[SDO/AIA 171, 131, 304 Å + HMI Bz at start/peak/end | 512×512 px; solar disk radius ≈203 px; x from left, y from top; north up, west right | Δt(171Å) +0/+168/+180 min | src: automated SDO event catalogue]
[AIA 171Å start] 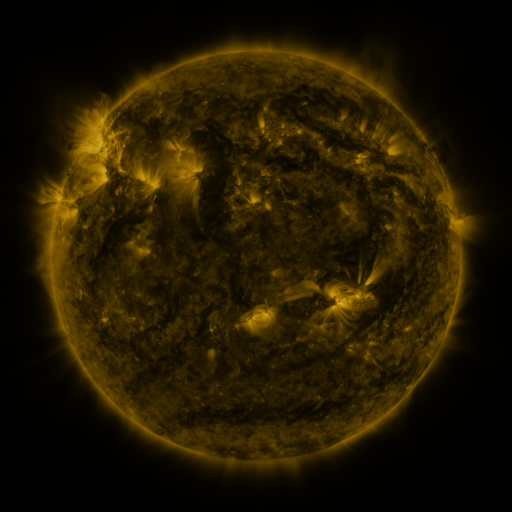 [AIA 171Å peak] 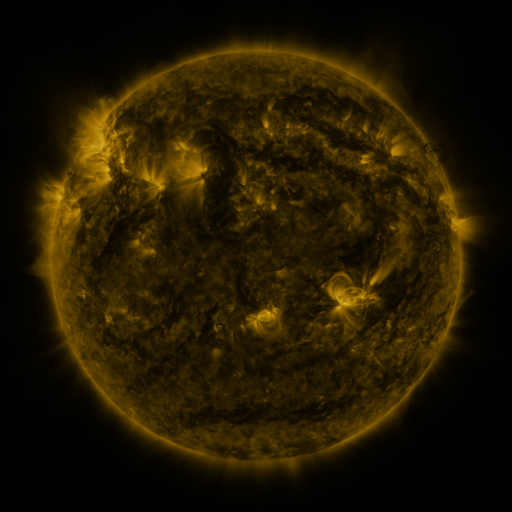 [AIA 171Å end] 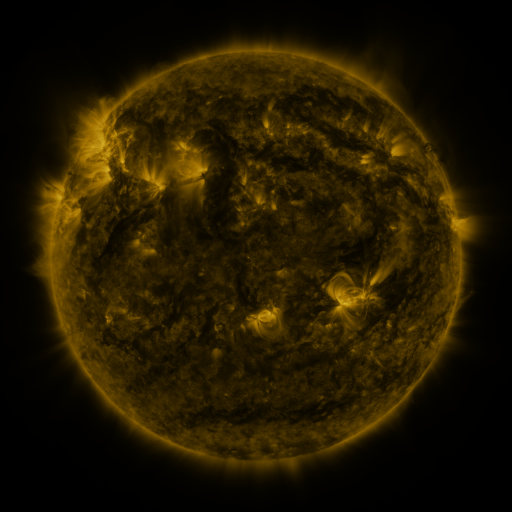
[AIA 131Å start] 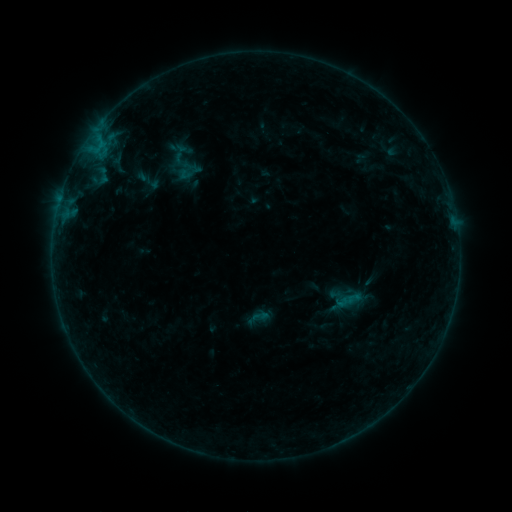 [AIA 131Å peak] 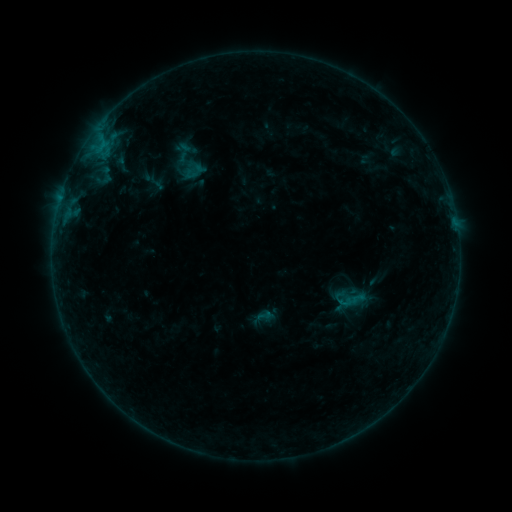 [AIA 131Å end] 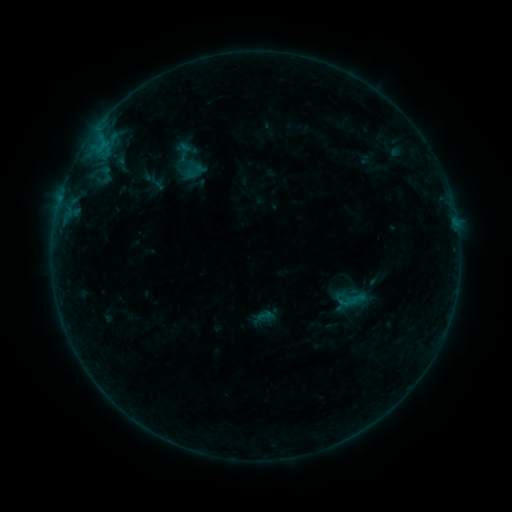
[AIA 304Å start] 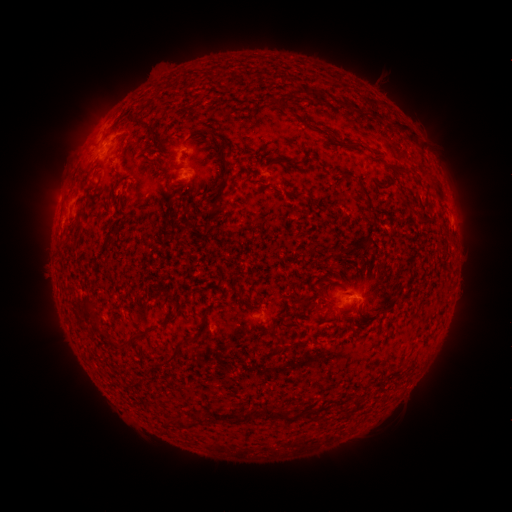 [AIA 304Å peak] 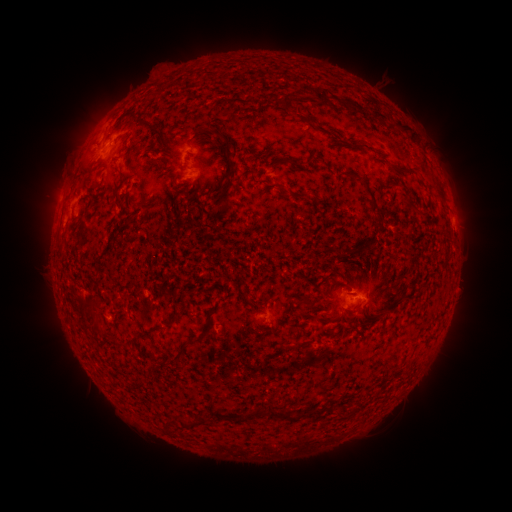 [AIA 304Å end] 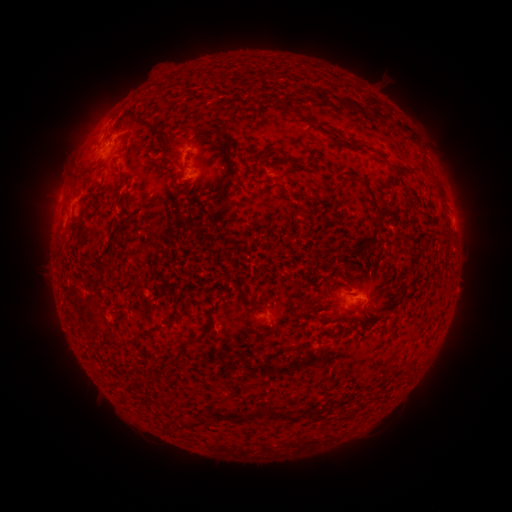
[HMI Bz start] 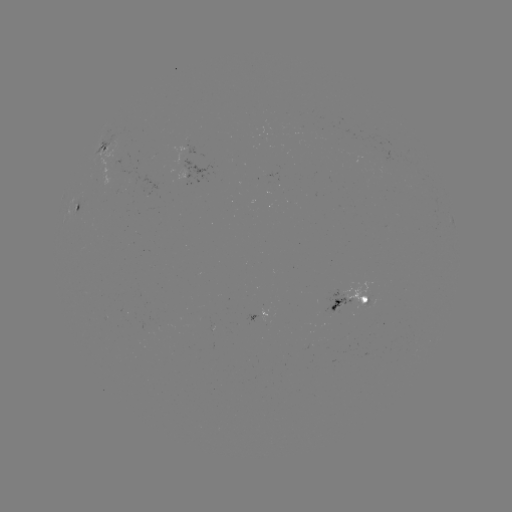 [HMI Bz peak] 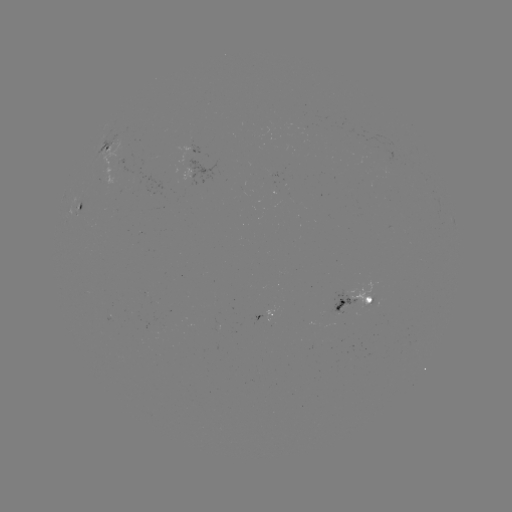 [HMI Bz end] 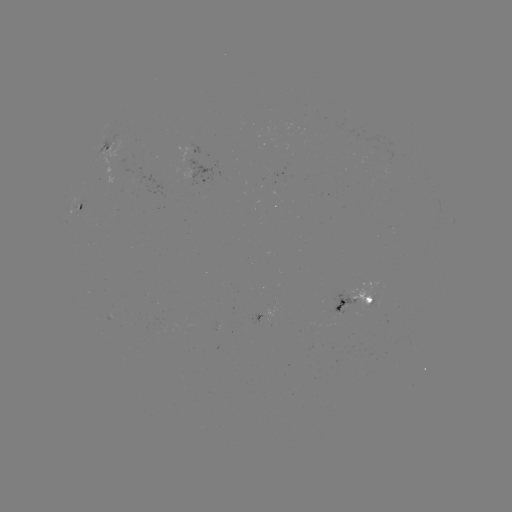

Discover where emerging-flux region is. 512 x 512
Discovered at [118, 156].